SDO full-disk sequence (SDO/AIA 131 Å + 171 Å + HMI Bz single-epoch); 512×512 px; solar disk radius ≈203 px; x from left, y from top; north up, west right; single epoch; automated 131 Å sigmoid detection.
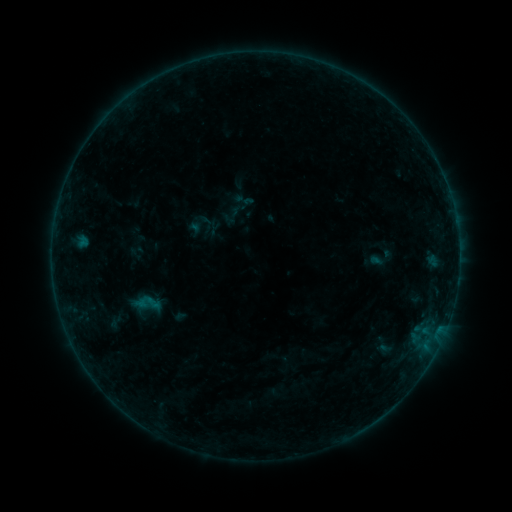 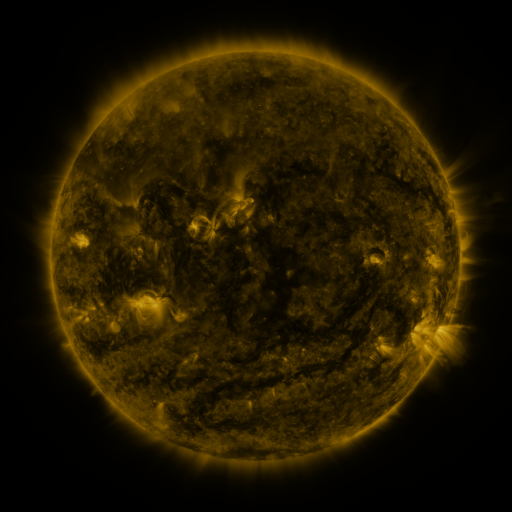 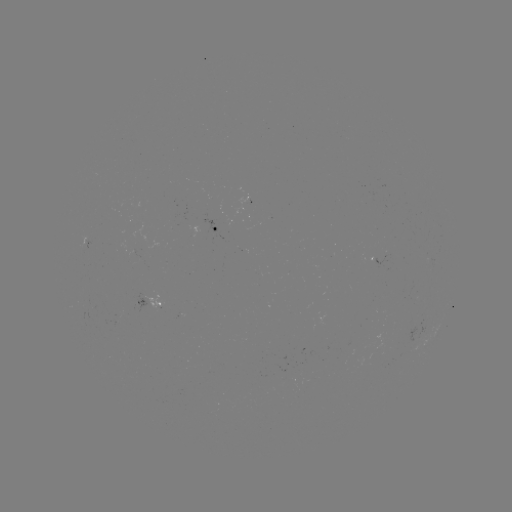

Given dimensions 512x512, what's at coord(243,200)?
sigmoid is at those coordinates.